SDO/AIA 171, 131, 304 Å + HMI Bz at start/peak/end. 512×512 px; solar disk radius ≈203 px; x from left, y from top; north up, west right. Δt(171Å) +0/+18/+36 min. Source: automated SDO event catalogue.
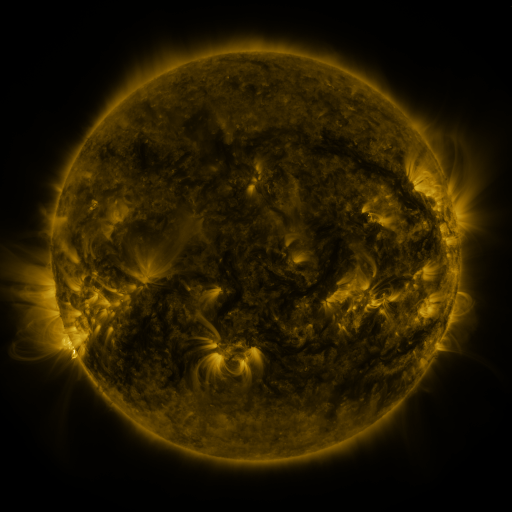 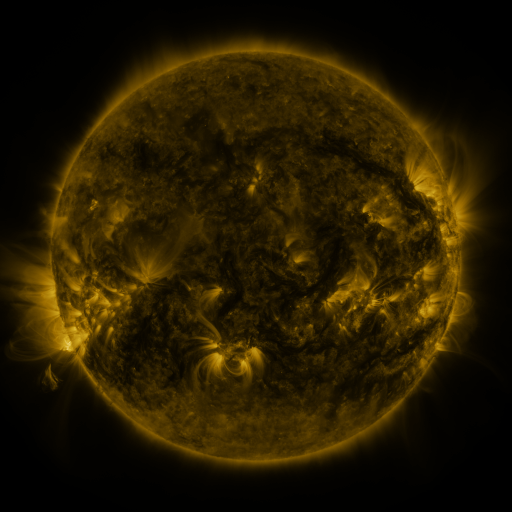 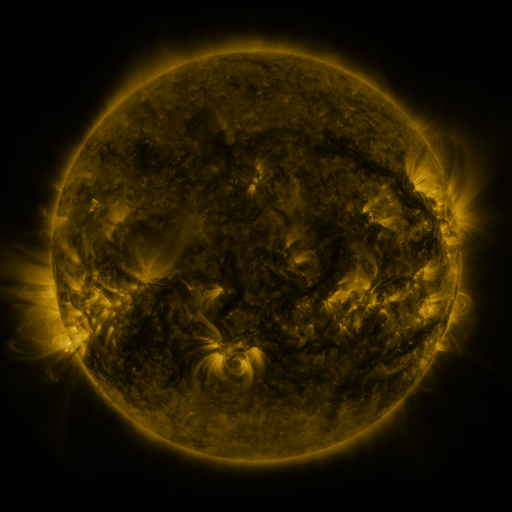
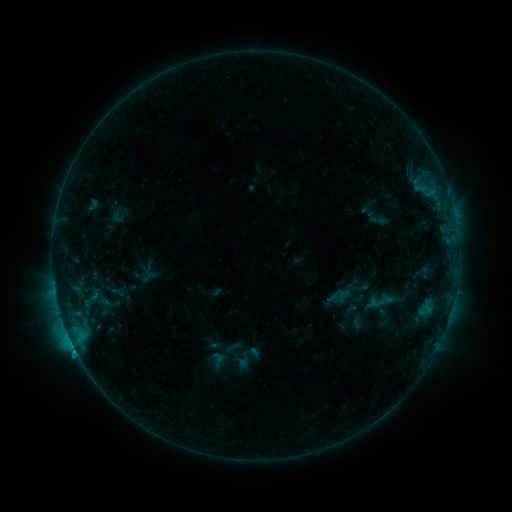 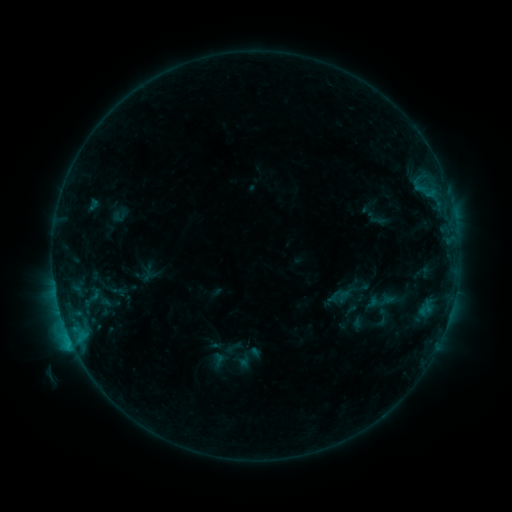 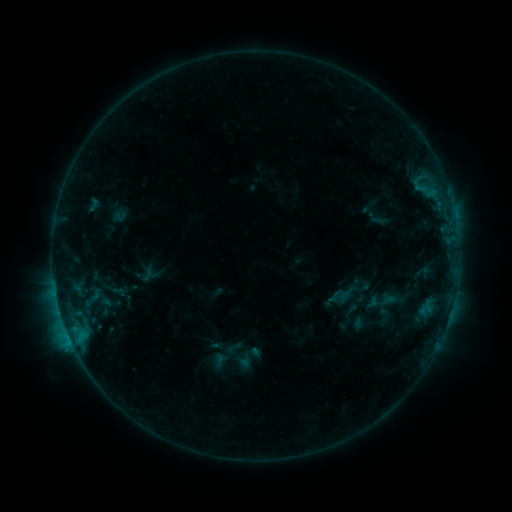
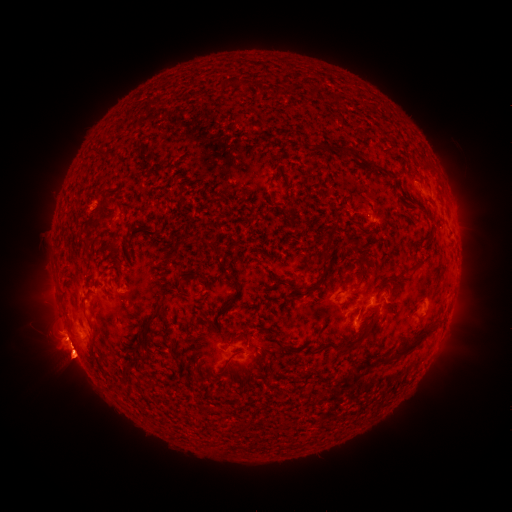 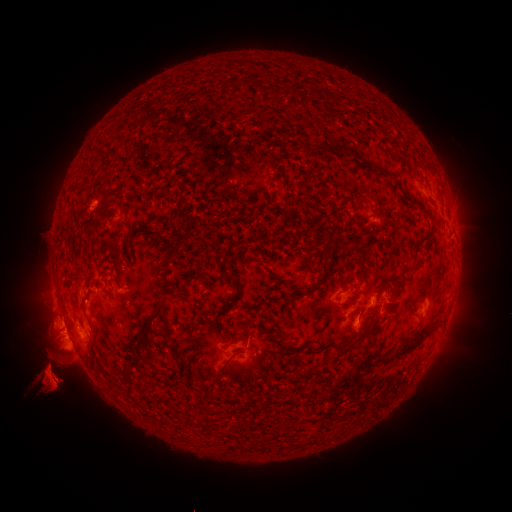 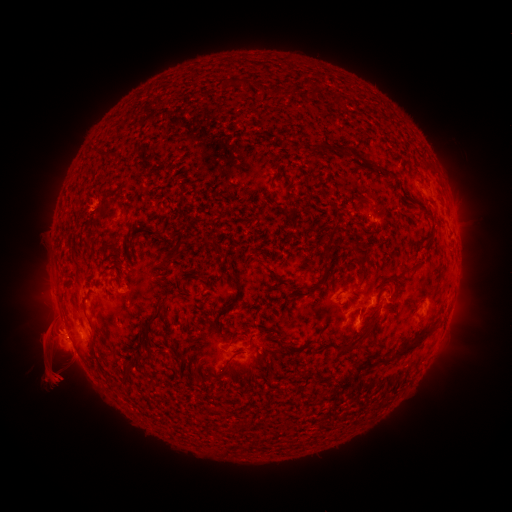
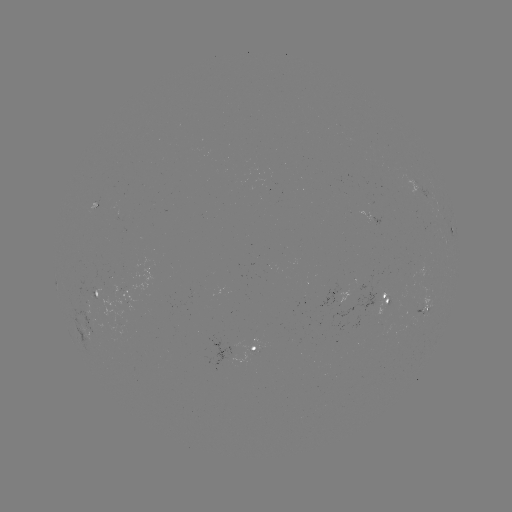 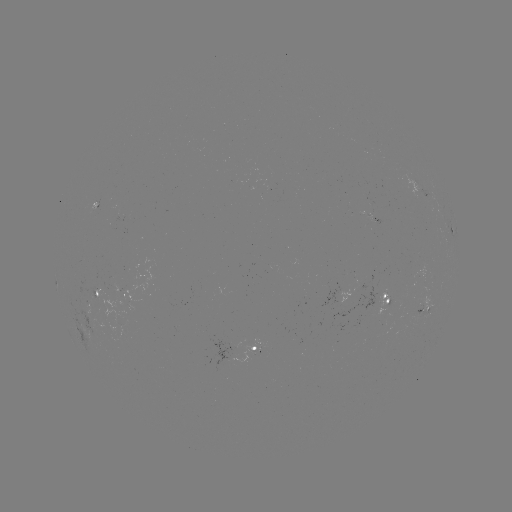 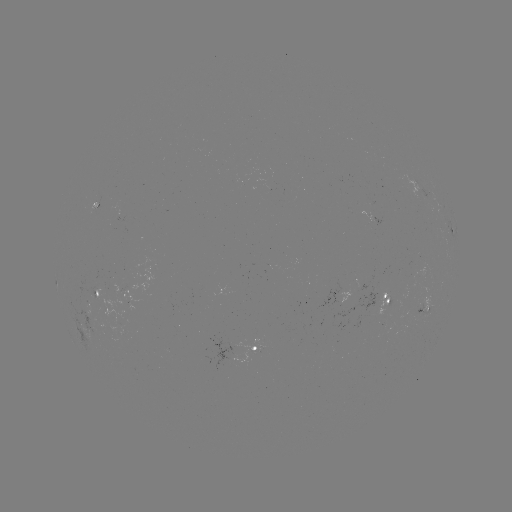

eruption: [2, 259, 135, 442]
